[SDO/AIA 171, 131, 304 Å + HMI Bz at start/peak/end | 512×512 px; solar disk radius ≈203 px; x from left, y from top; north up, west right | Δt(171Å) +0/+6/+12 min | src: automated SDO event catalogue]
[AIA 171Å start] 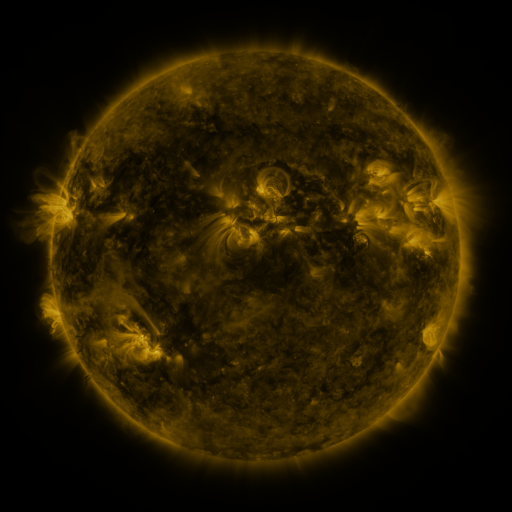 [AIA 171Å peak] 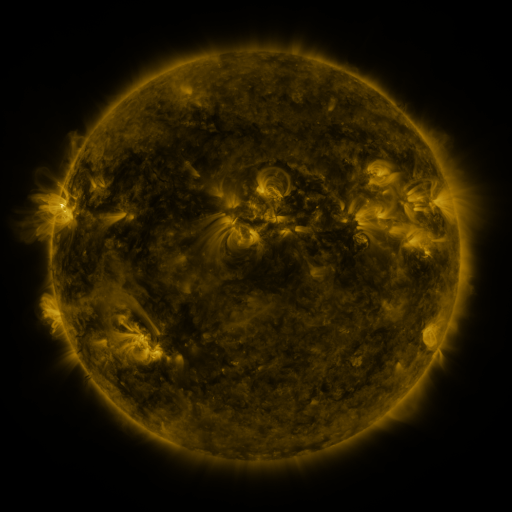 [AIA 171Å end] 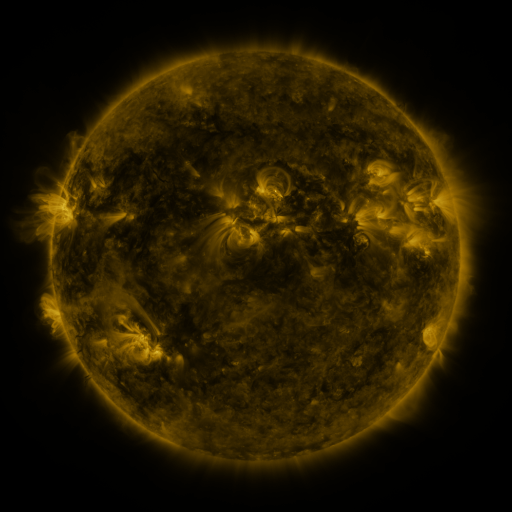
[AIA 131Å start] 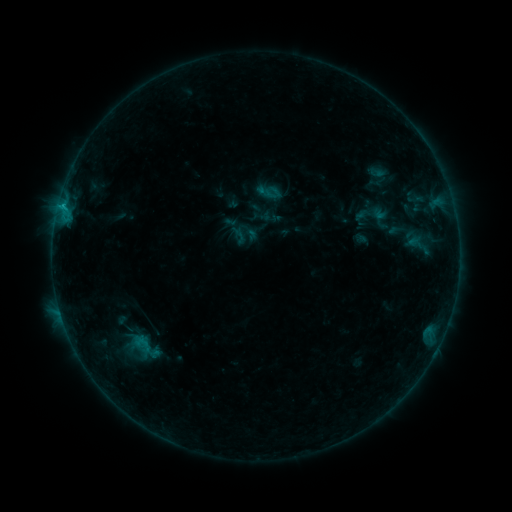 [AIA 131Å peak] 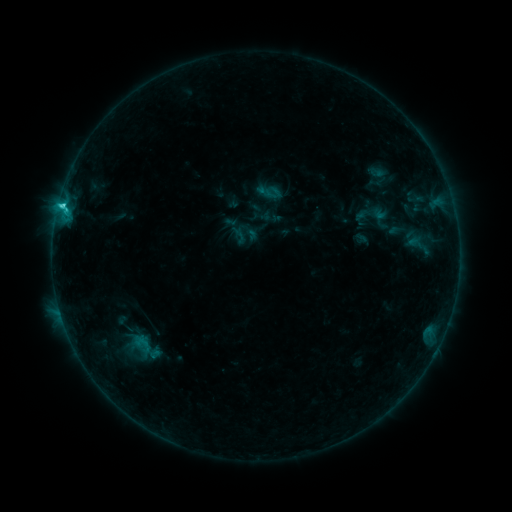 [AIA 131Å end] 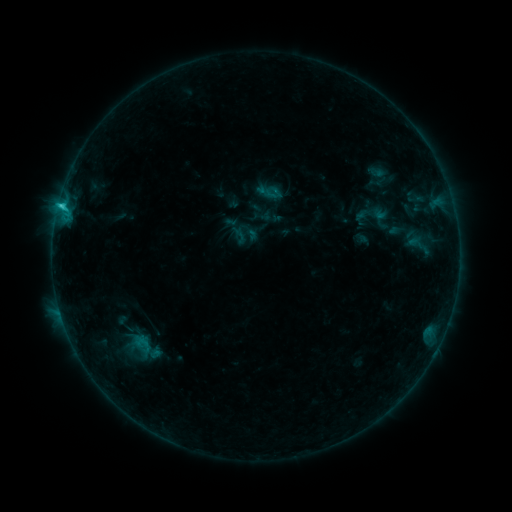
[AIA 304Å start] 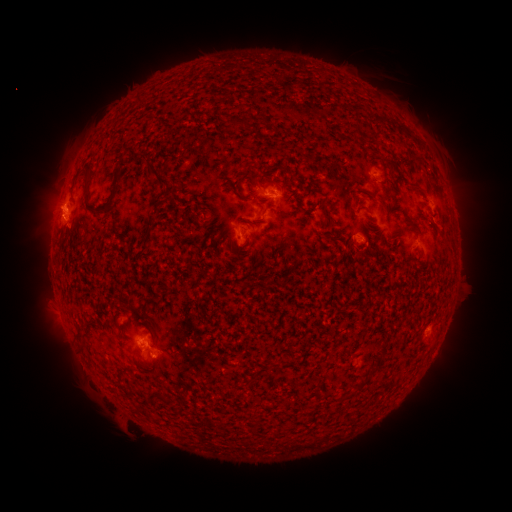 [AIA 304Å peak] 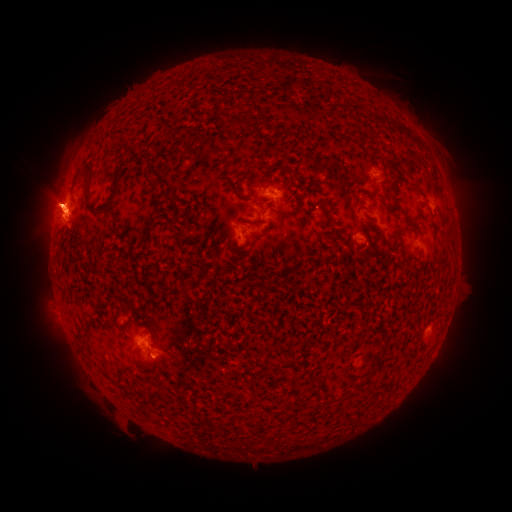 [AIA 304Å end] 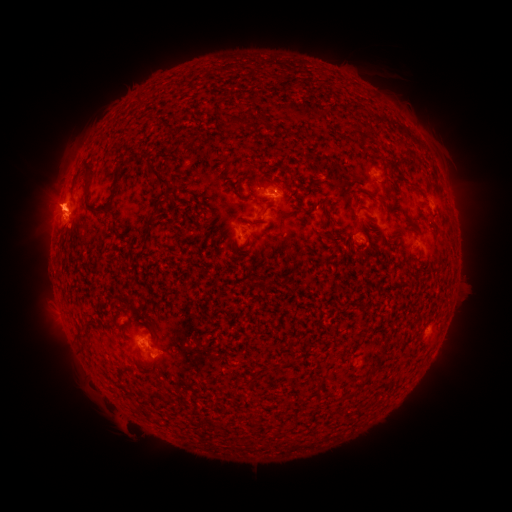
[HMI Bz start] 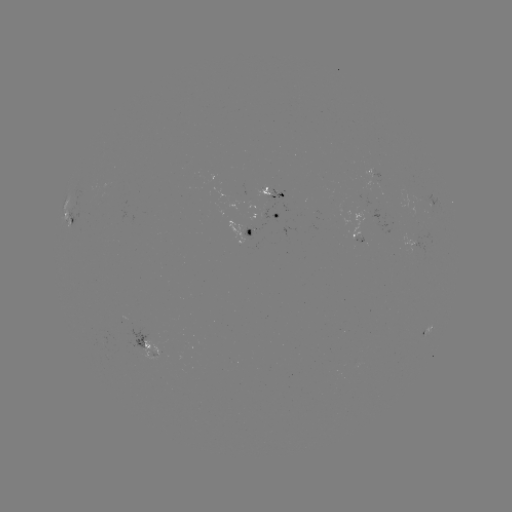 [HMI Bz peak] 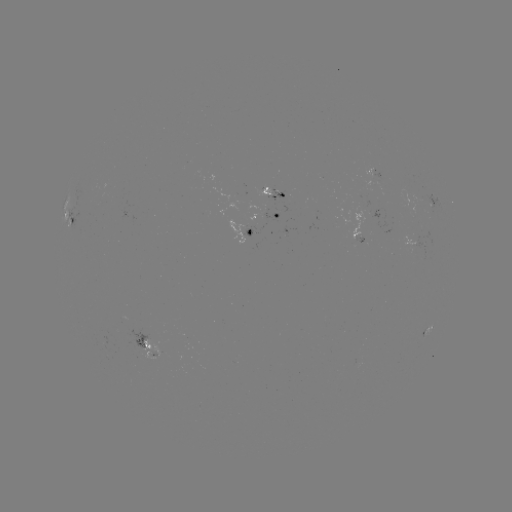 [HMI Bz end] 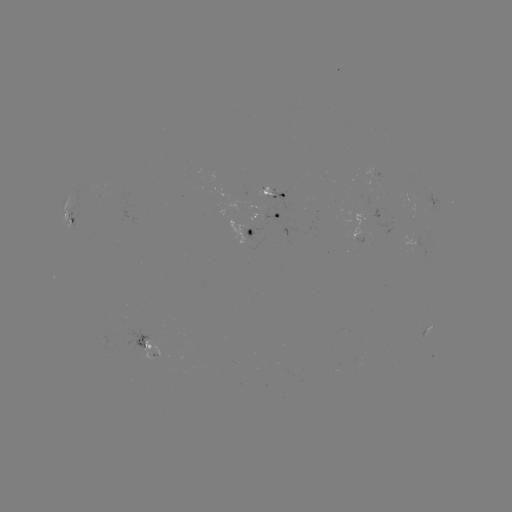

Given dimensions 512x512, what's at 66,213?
C2.2 flare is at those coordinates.